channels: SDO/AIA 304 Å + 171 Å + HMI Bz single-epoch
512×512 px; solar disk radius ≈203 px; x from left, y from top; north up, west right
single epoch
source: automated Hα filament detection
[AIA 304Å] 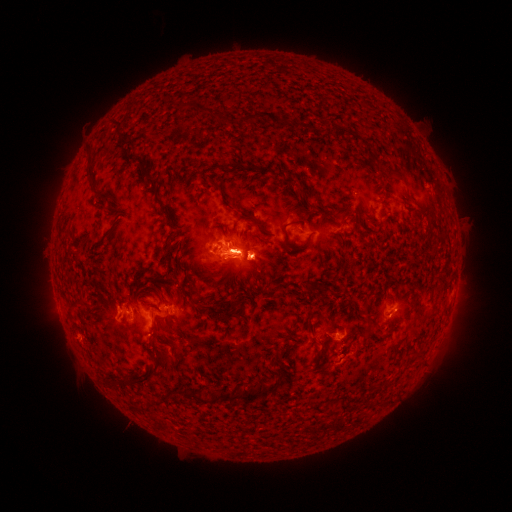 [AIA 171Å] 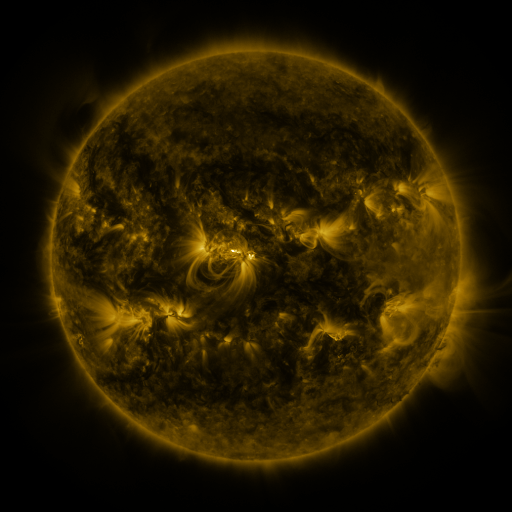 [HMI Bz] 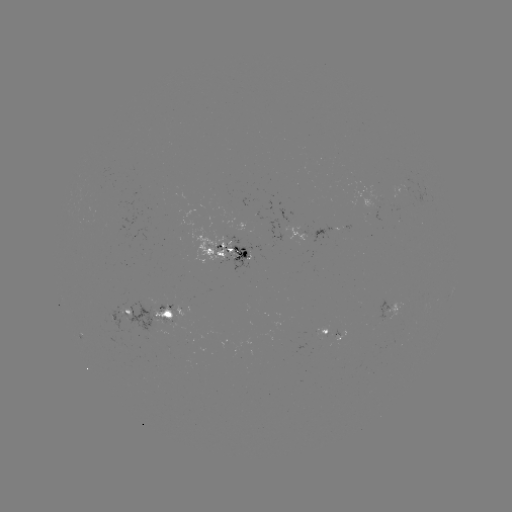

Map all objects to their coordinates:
filament: (196, 110)
filament: (249, 117)
filament: (222, 121)
filament: (283, 121)
filament: (114, 126)
filament: (129, 159)
filament: (379, 163)
filament: (88, 167)
filament: (220, 168)
filament: (142, 175)
filament: (293, 183)
filament: (213, 185)
filament: (188, 190)
filament: (385, 197)
filament: (98, 198)
filament: (156, 198)
filament: (345, 211)
filament: (323, 214)
filament: (252, 220)
filament: (173, 228)
filament: (284, 229)
filament: (225, 238)
filament: (172, 261)
filament: (215, 274)
filament: (309, 286)
filament: (144, 288)
filament: (321, 288)
filament: (252, 293)
filament: (185, 301)
filament: (302, 301)
filament: (147, 305)
filament: (228, 308)
filament: (367, 310)
filament: (84, 315)
filament: (157, 330)
filament: (368, 332)
filament: (186, 339)
filament: (178, 349)
filament: (320, 353)
filament: (343, 353)
filament: (155, 373)
filament: (264, 391)
filament: (196, 397)
filament: (230, 397)
filament: (379, 400)
filament: (160, 403)
